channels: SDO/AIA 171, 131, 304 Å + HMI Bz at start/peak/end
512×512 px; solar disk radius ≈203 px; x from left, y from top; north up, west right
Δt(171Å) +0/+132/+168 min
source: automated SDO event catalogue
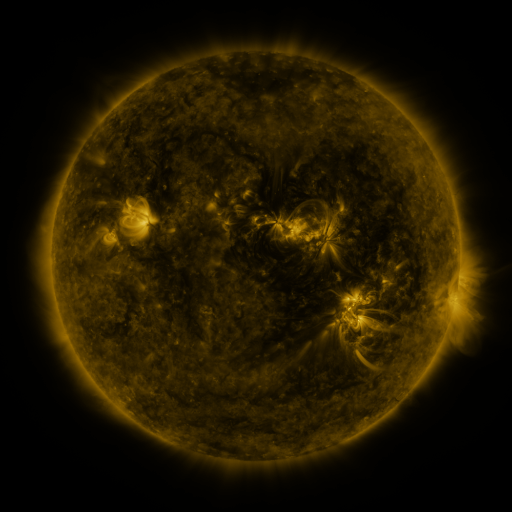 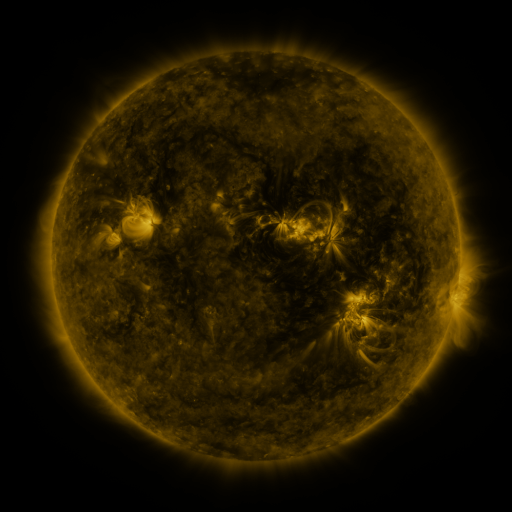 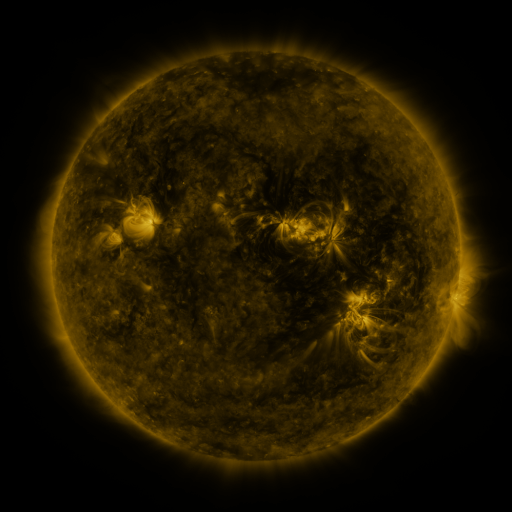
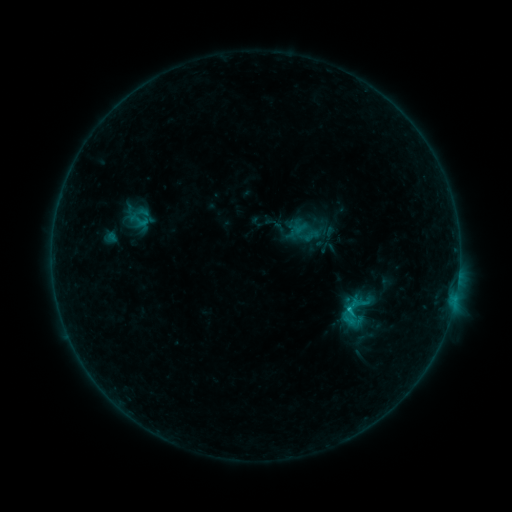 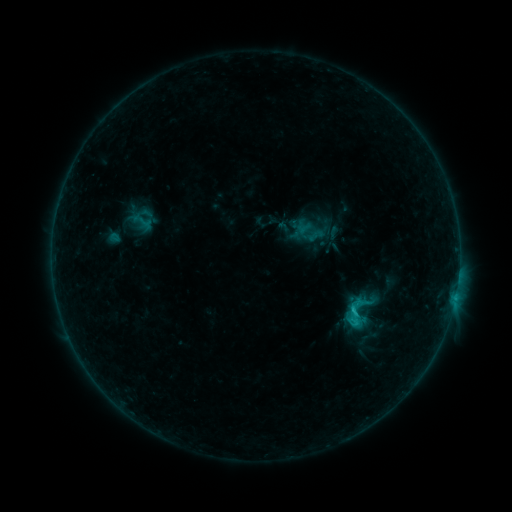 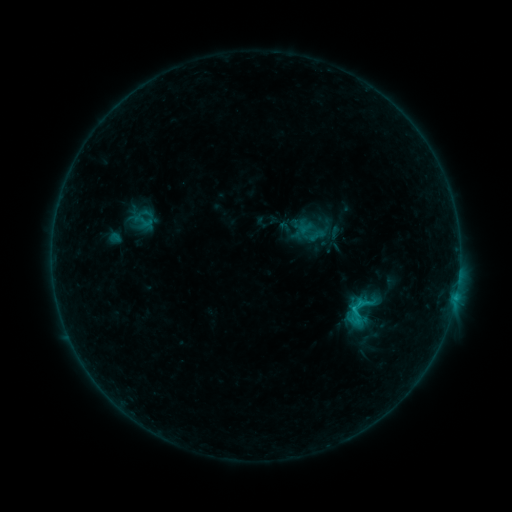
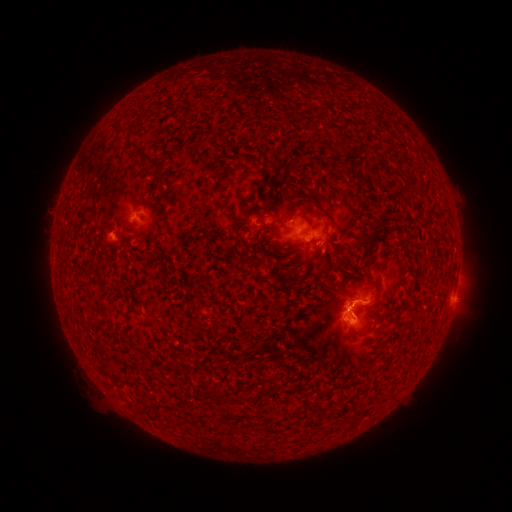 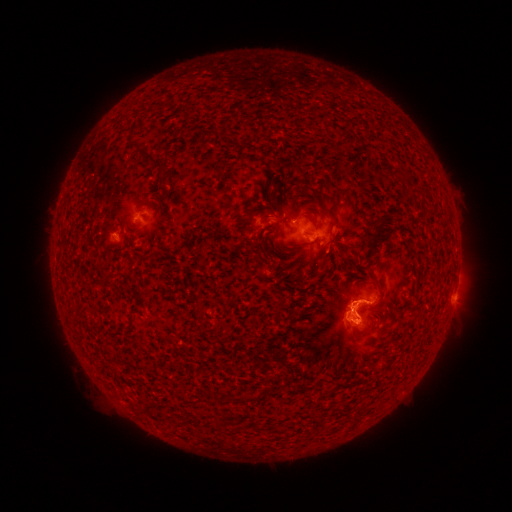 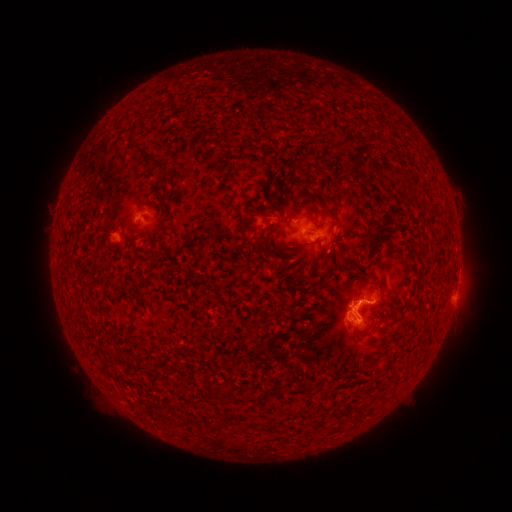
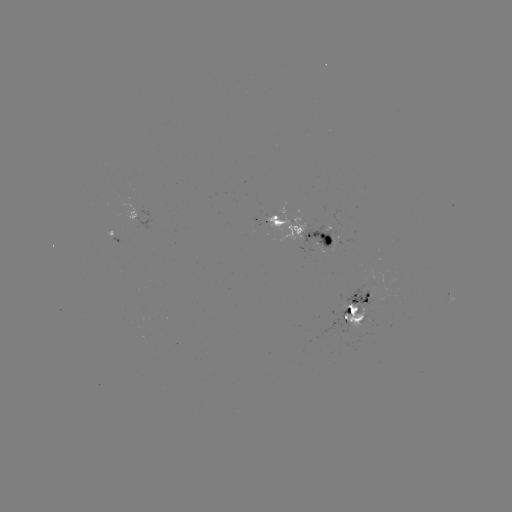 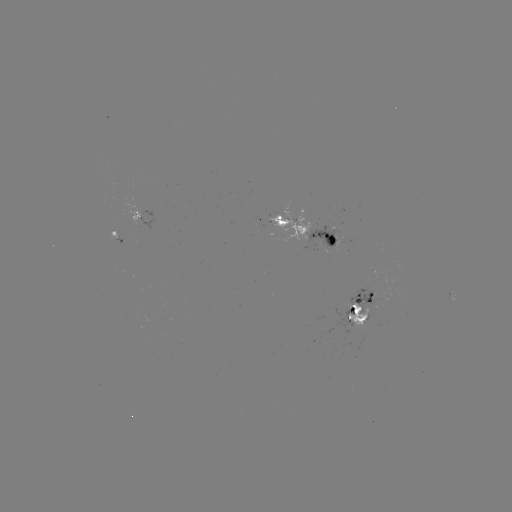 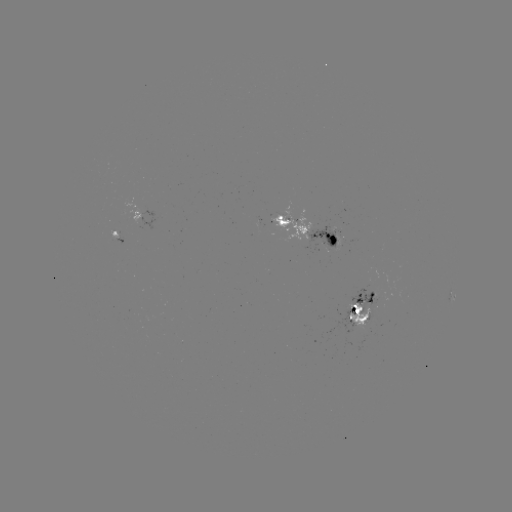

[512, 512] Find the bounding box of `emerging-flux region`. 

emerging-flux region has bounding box [322, 218, 336, 230].